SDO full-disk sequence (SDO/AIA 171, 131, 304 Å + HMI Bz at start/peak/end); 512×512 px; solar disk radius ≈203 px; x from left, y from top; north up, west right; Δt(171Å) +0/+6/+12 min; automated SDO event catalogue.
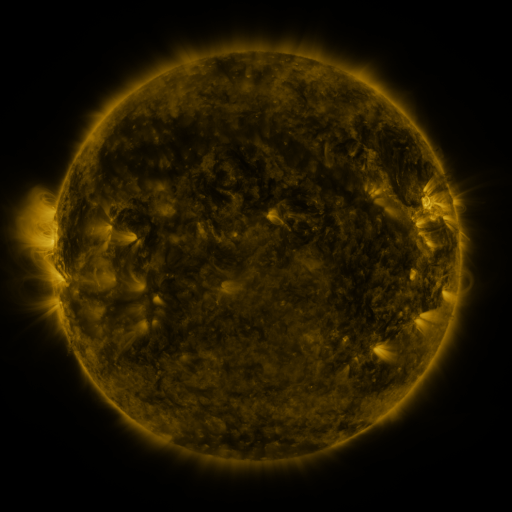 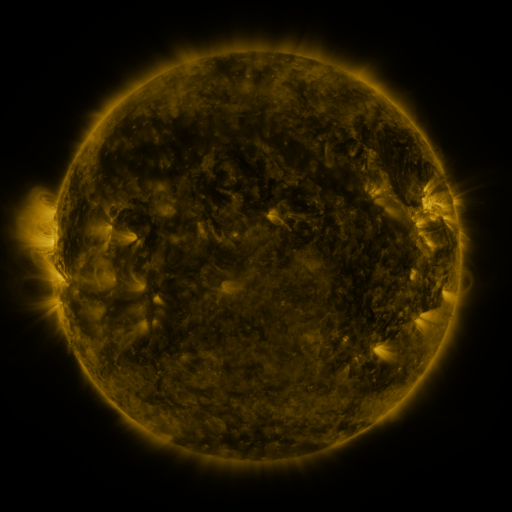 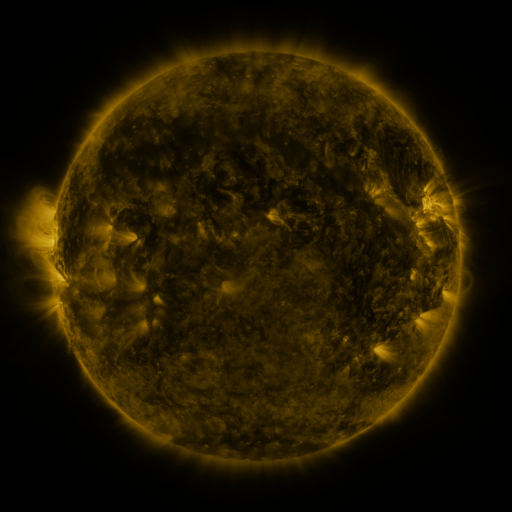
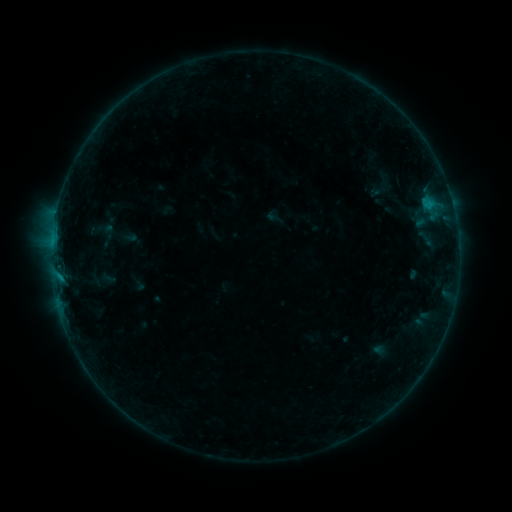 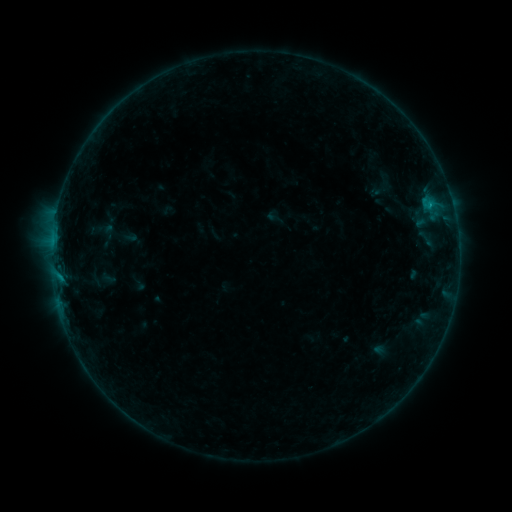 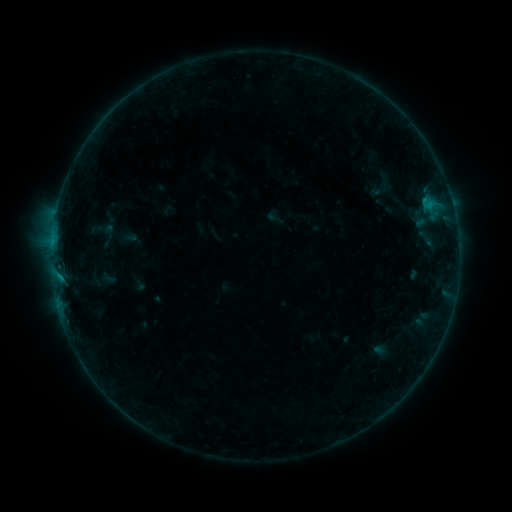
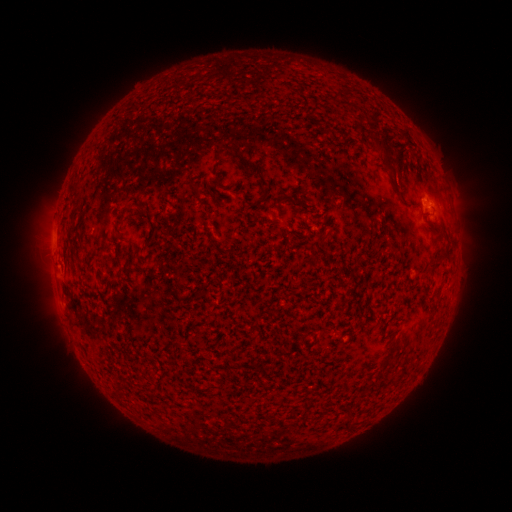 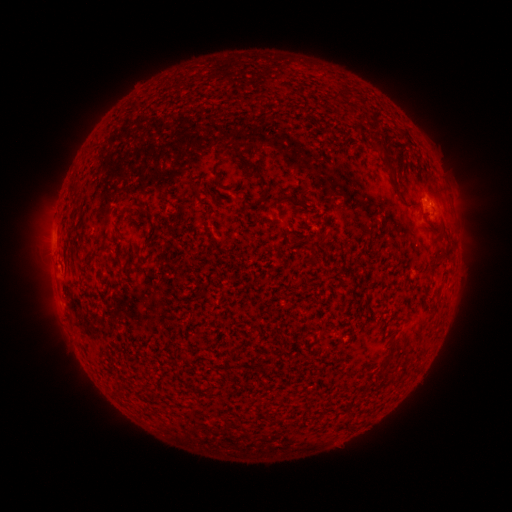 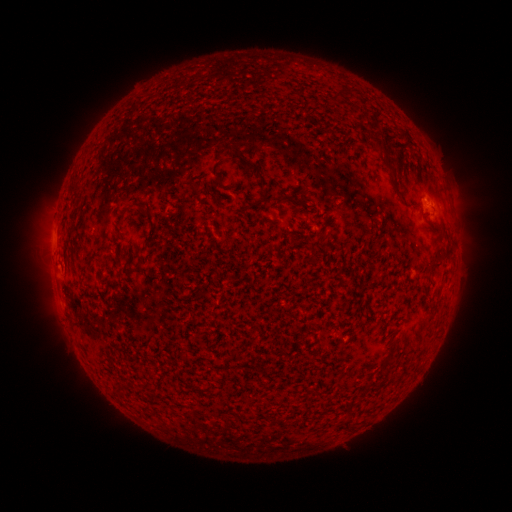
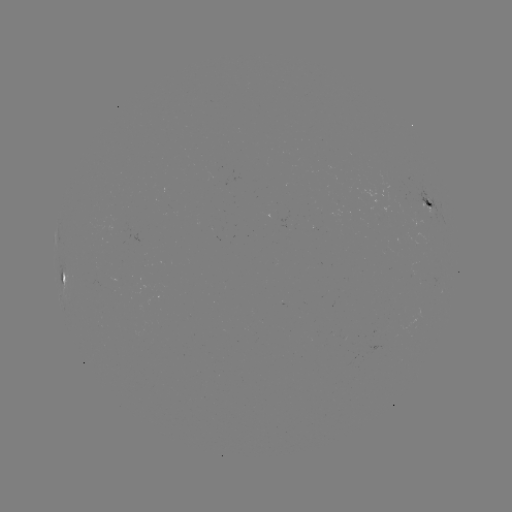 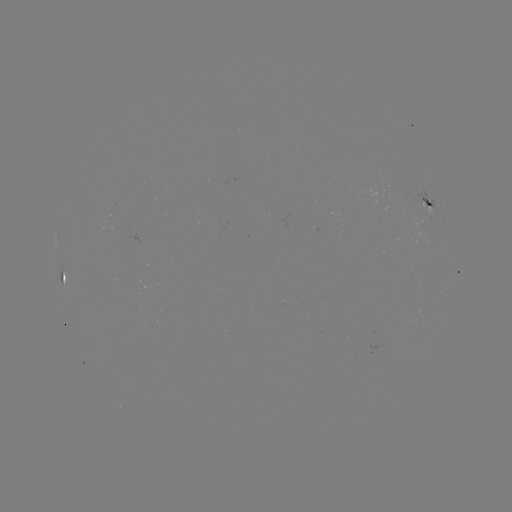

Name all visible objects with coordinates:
B2.5 flare: (430, 207)
